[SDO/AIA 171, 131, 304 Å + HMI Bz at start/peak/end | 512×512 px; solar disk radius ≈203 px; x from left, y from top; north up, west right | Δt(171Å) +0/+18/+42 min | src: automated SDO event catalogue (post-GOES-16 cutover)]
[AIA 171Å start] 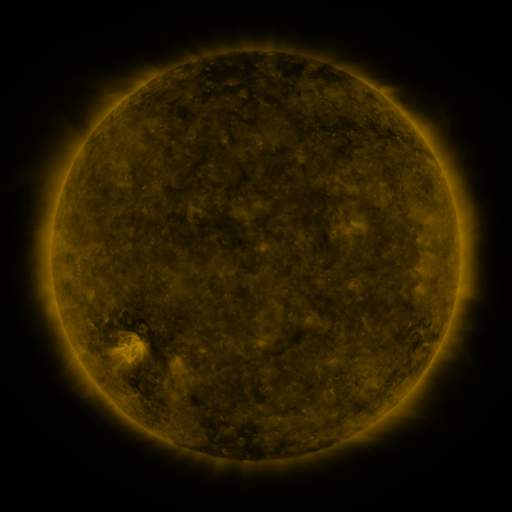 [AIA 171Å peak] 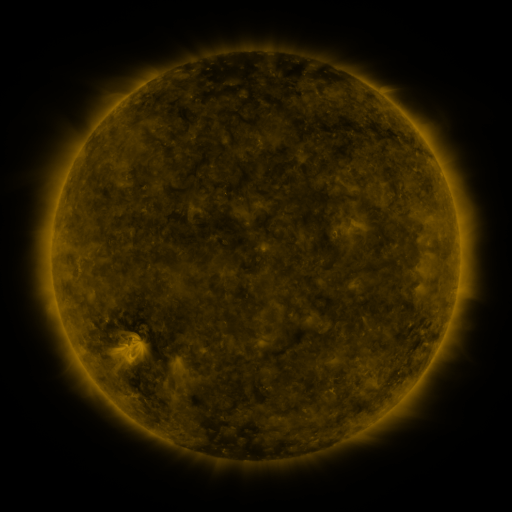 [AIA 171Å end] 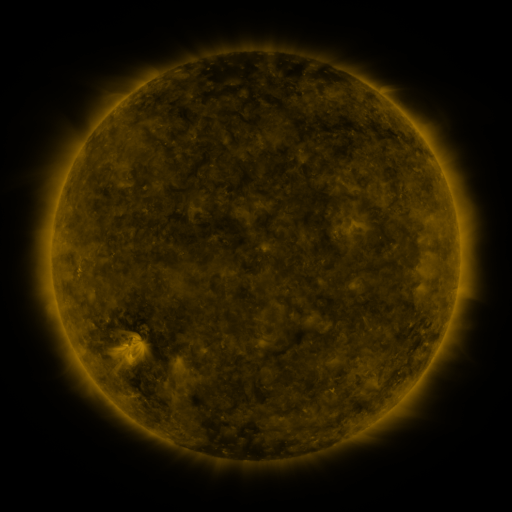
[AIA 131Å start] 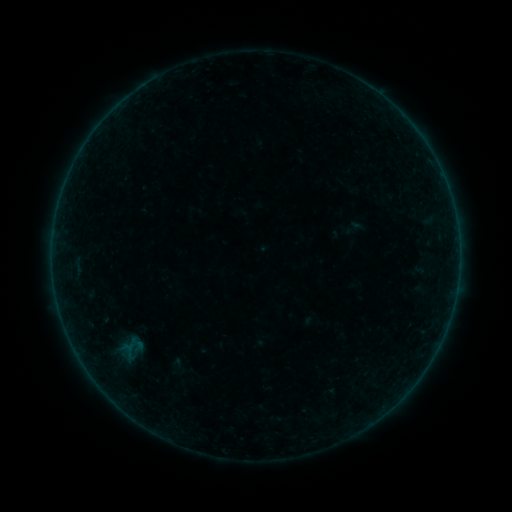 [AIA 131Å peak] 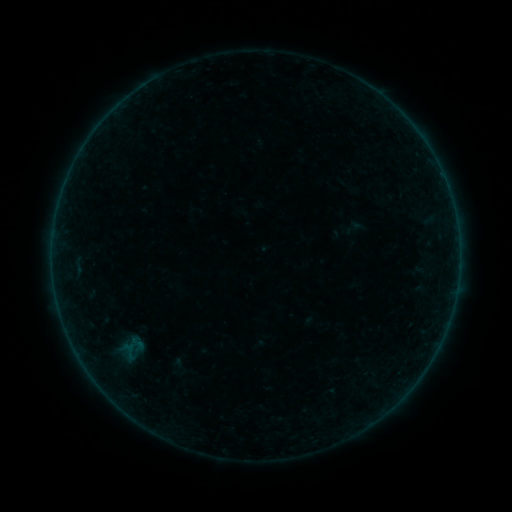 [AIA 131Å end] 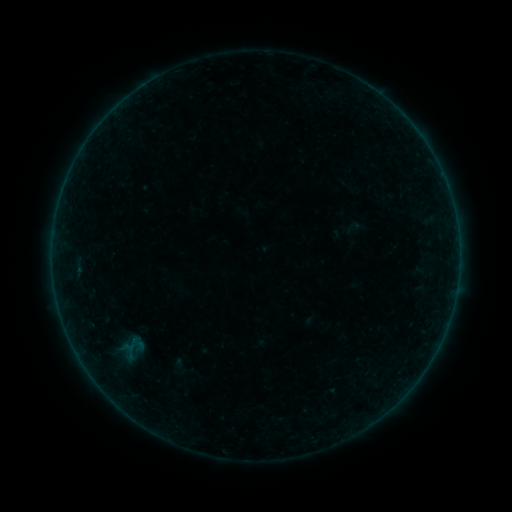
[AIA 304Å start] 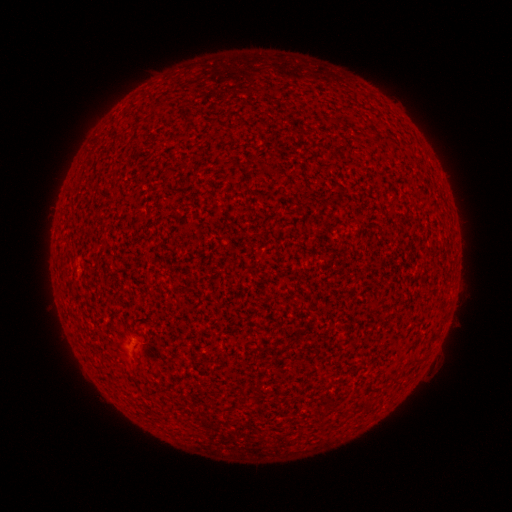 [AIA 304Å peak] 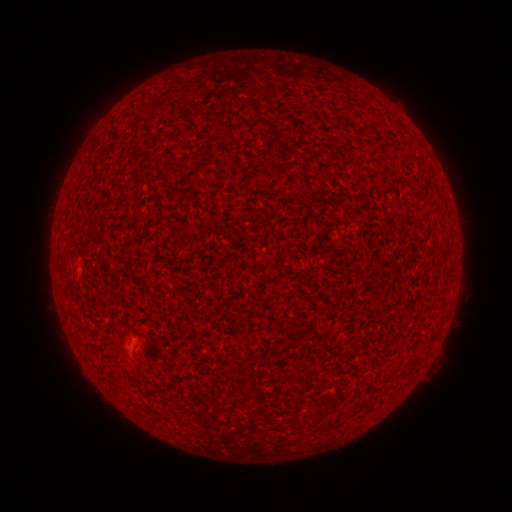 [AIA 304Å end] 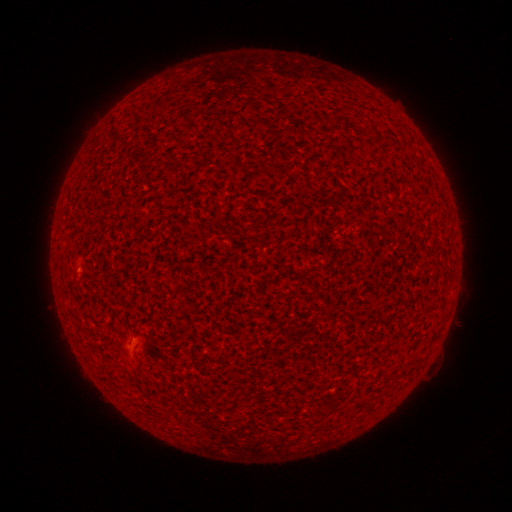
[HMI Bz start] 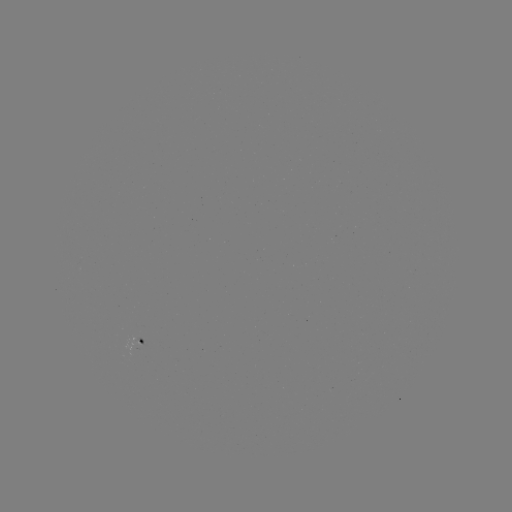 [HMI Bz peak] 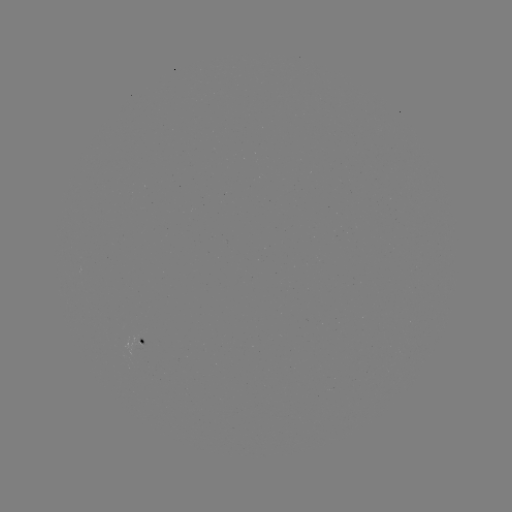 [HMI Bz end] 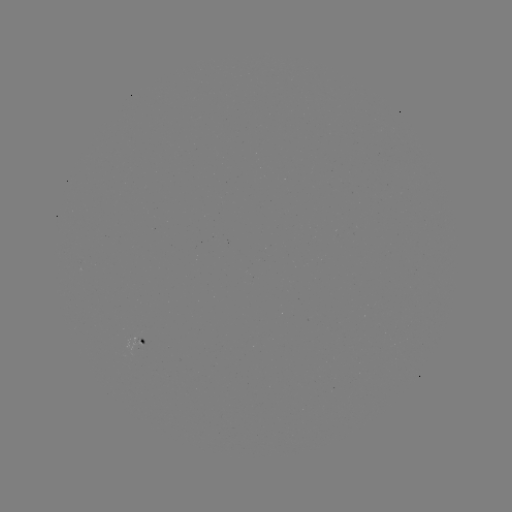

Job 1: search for A3.3 flare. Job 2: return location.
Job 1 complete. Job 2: [79, 268].